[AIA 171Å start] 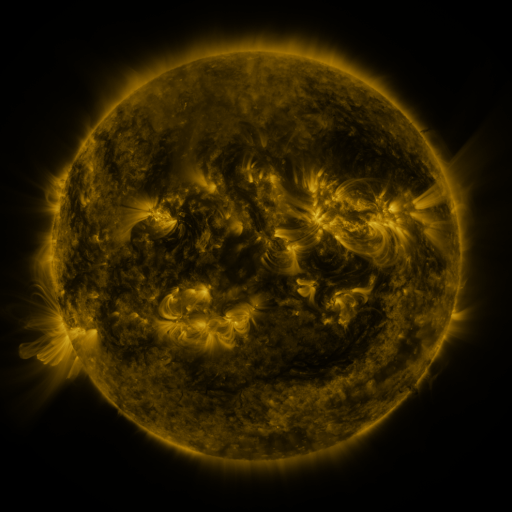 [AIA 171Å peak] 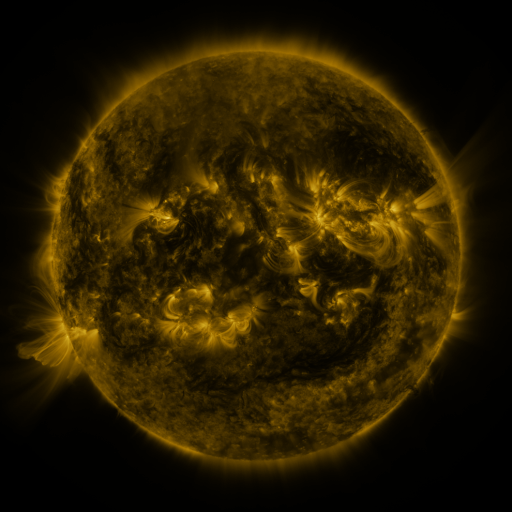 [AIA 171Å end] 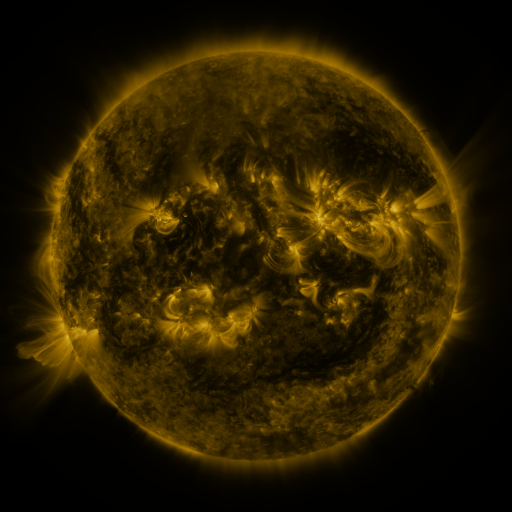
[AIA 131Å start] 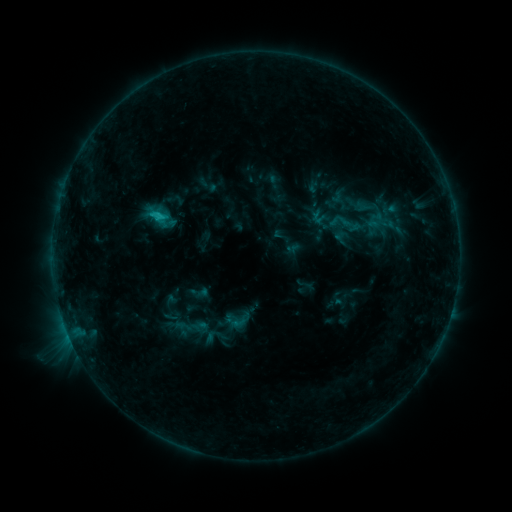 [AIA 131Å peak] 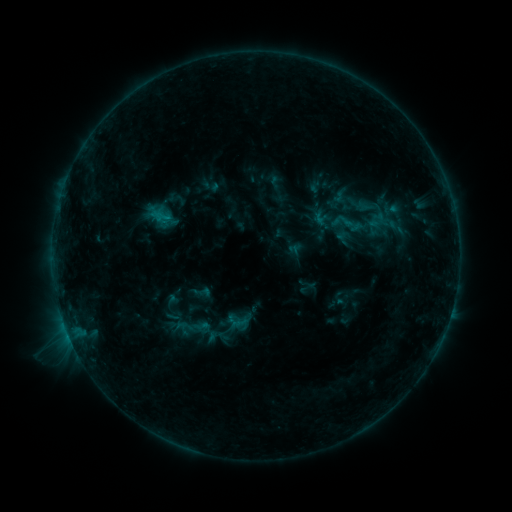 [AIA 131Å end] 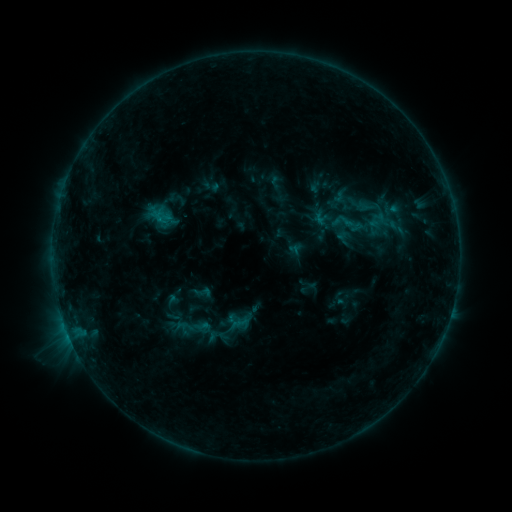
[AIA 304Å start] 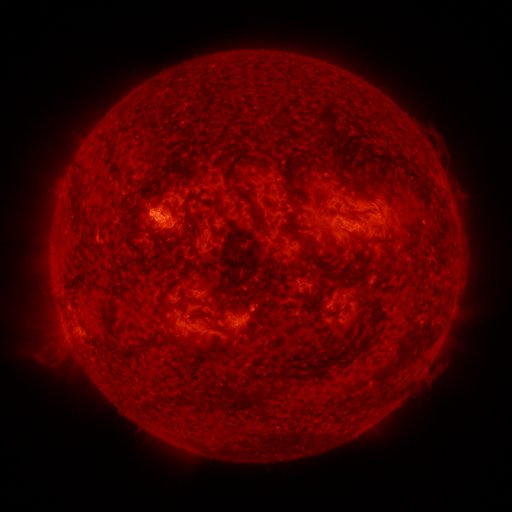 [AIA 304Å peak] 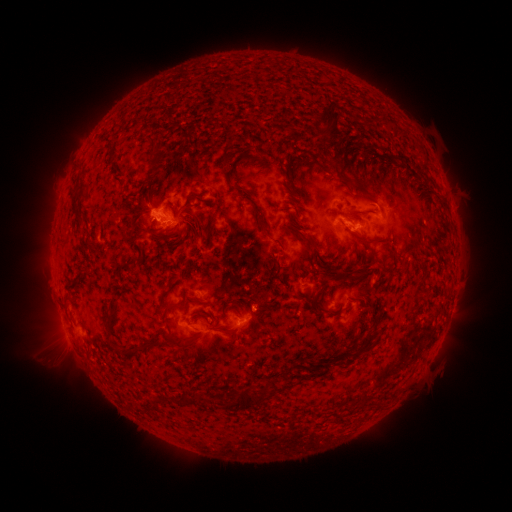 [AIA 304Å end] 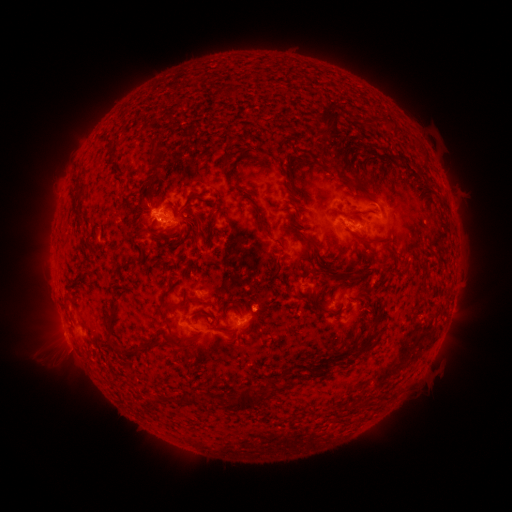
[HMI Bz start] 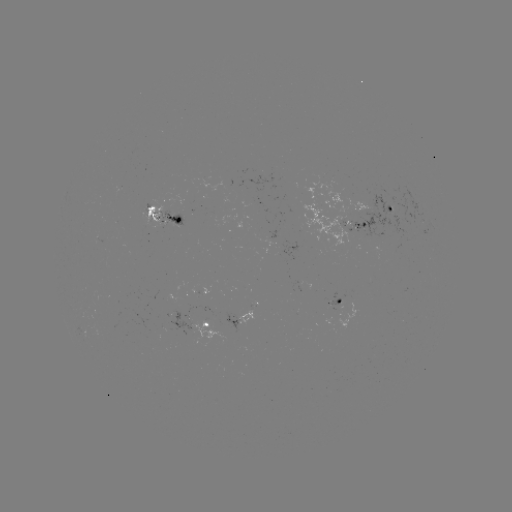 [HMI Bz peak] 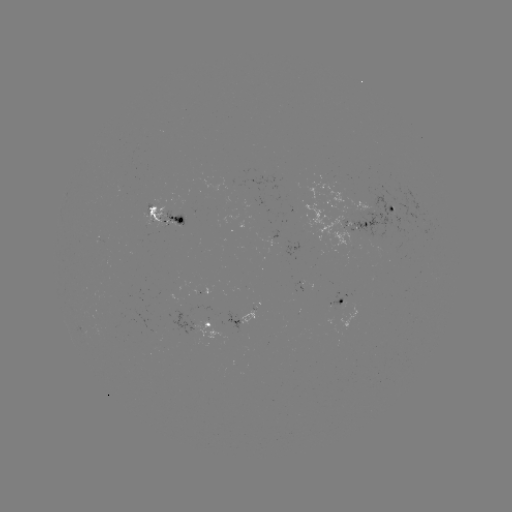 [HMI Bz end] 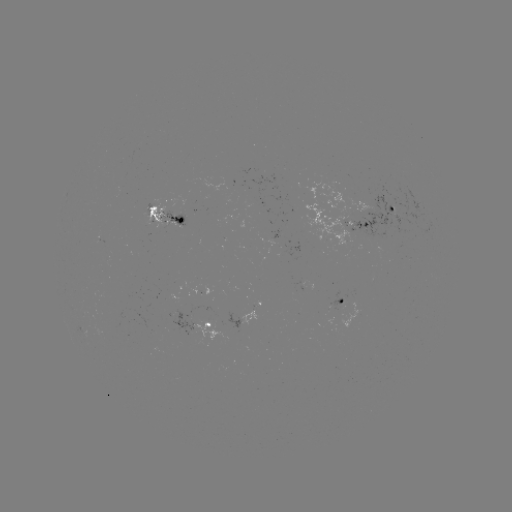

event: emerging-flux region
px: (268, 234)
